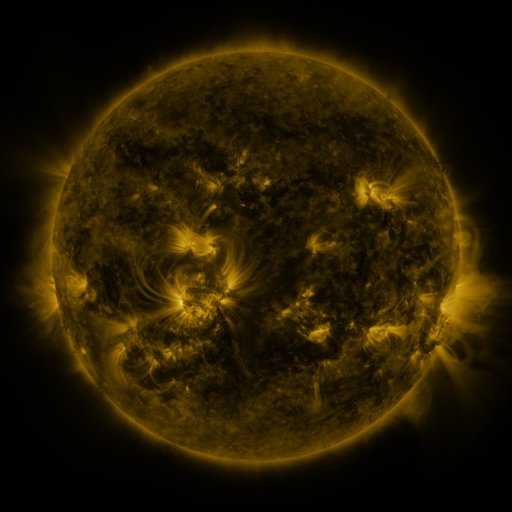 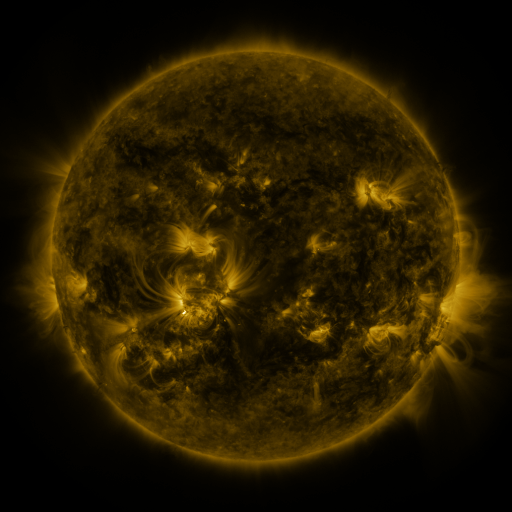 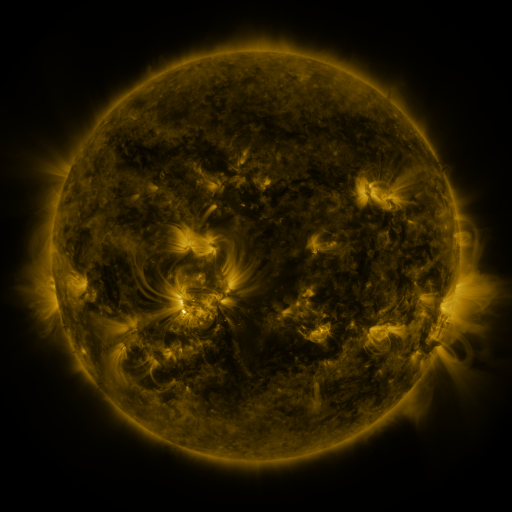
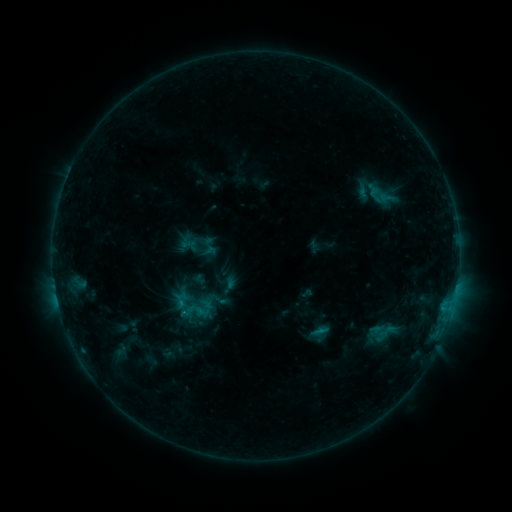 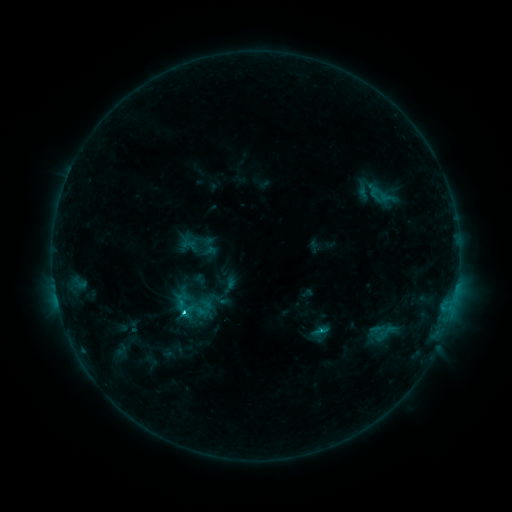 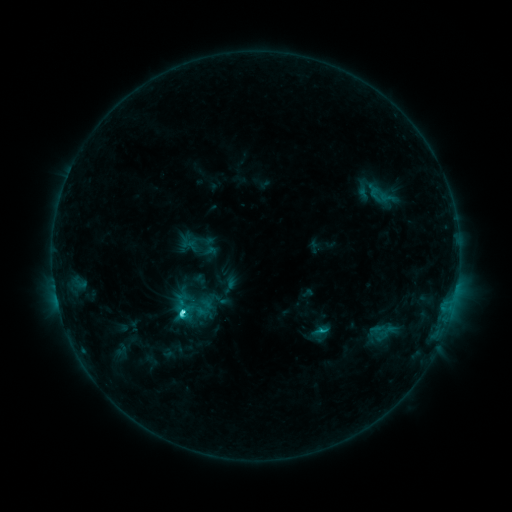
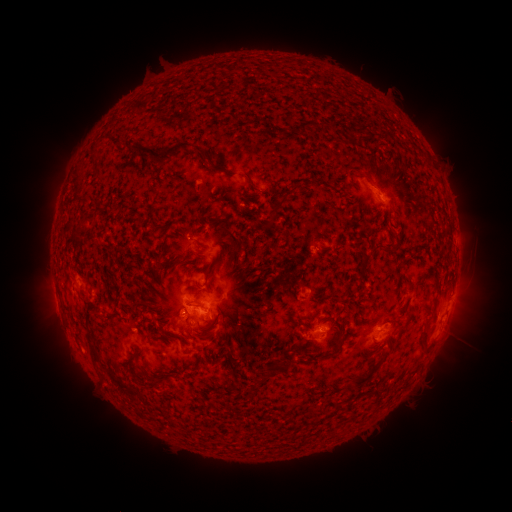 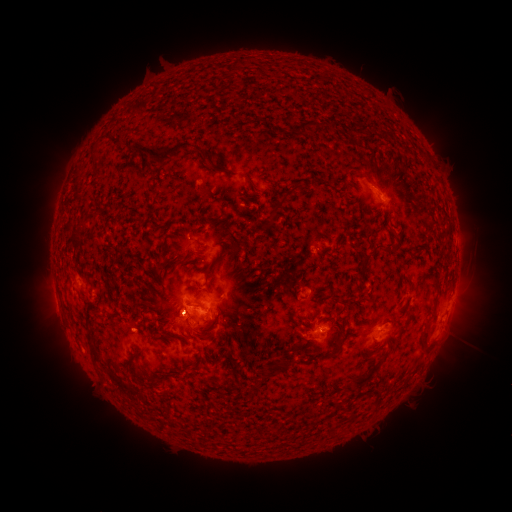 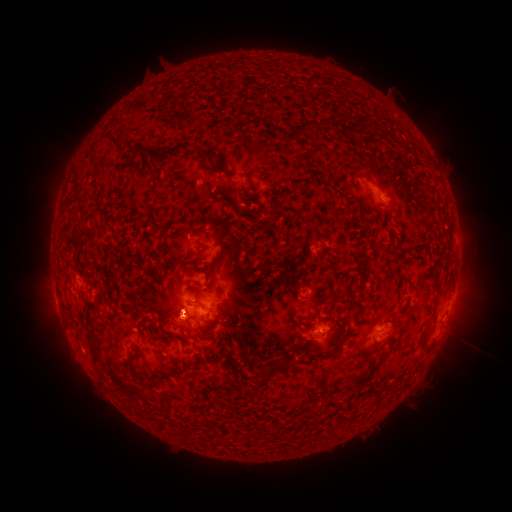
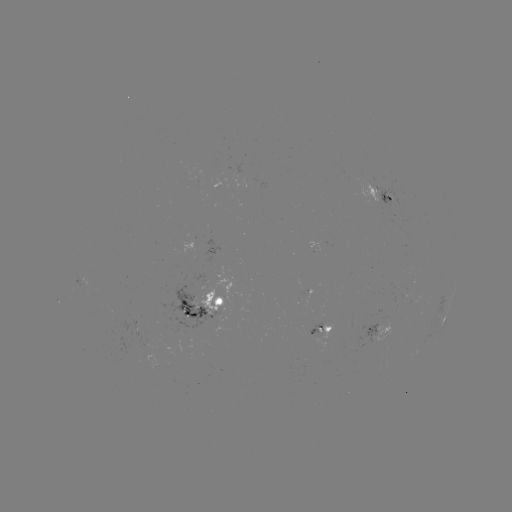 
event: eruption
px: (176, 315)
